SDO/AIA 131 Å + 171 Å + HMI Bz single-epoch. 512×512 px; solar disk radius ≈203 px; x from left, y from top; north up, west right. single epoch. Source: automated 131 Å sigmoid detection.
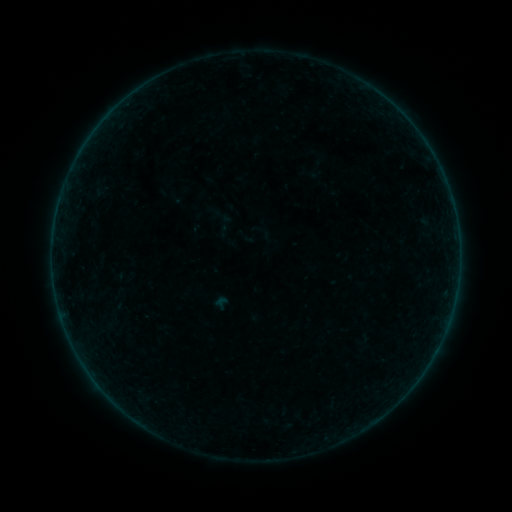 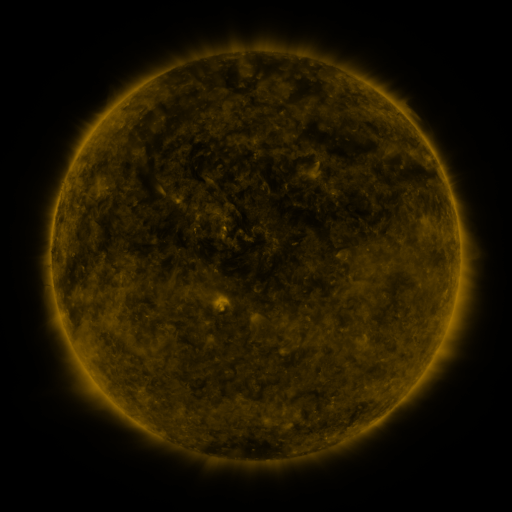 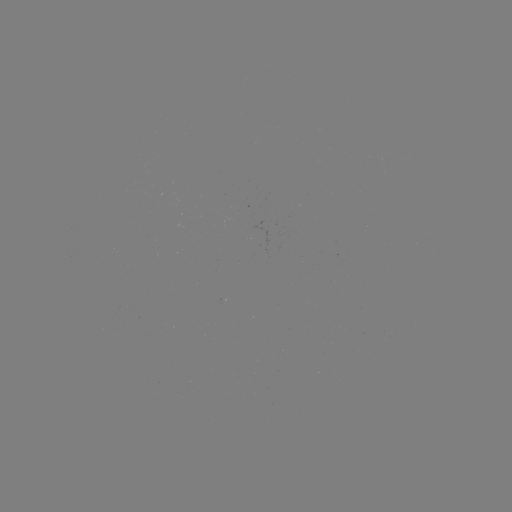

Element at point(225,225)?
sigmoid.